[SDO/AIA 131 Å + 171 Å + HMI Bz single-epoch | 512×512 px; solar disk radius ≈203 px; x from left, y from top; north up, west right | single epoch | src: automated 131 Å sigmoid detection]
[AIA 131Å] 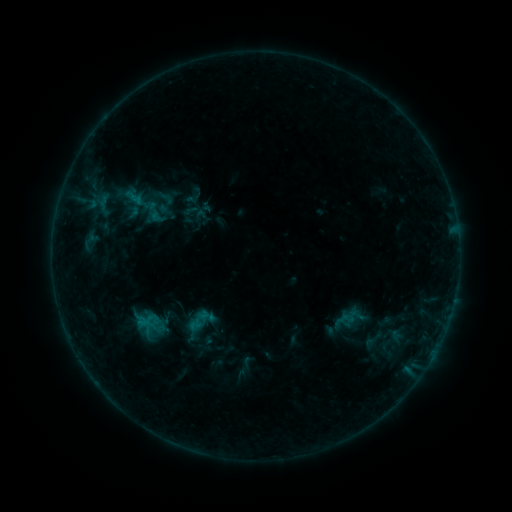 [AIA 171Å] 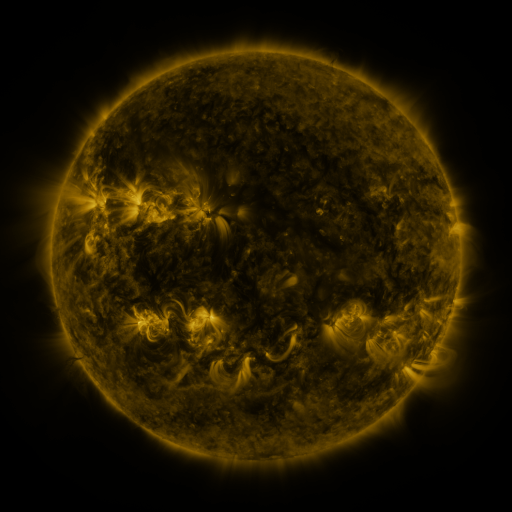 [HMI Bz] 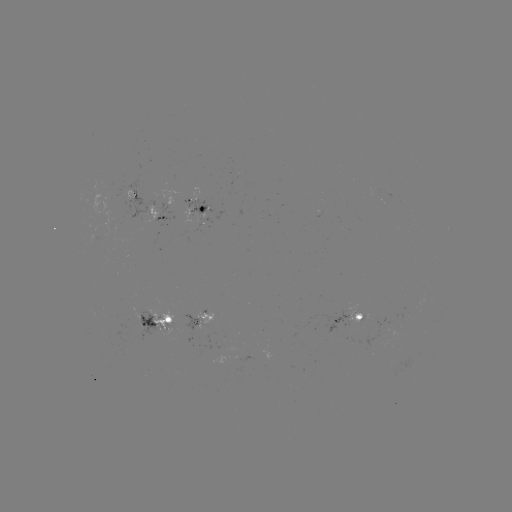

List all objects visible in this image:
sigmoid: <bbox>157, 188, 175, 207</bbox>
sigmoid: <bbox>141, 198, 165, 224</bbox>
